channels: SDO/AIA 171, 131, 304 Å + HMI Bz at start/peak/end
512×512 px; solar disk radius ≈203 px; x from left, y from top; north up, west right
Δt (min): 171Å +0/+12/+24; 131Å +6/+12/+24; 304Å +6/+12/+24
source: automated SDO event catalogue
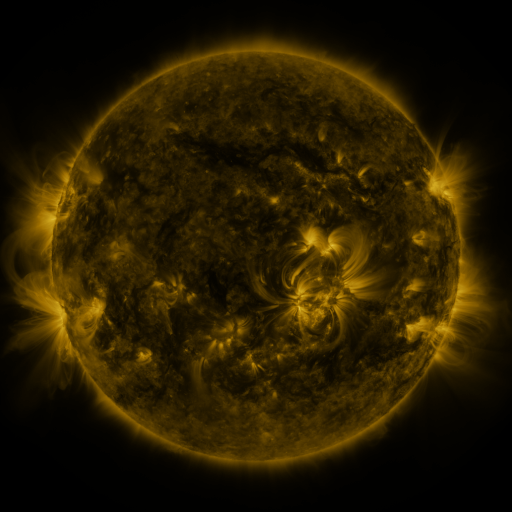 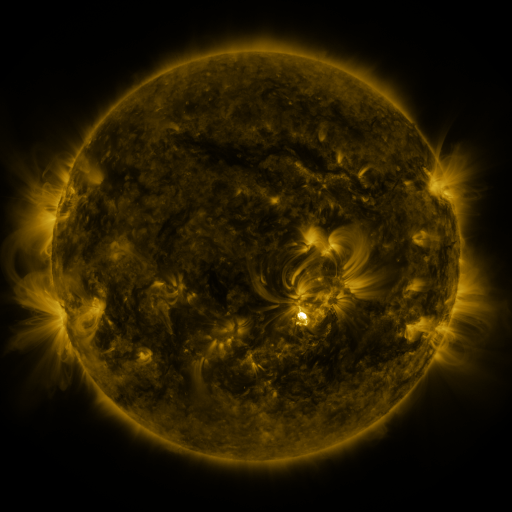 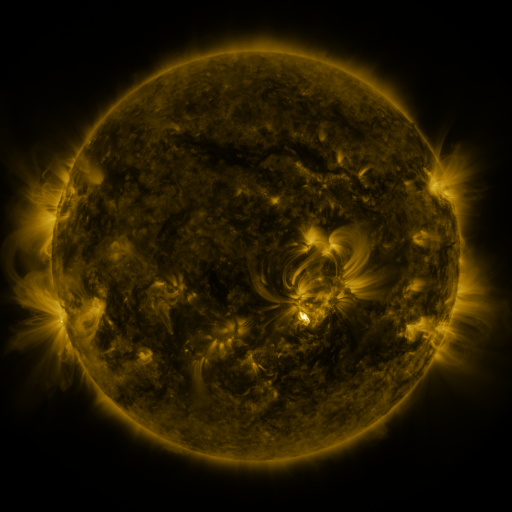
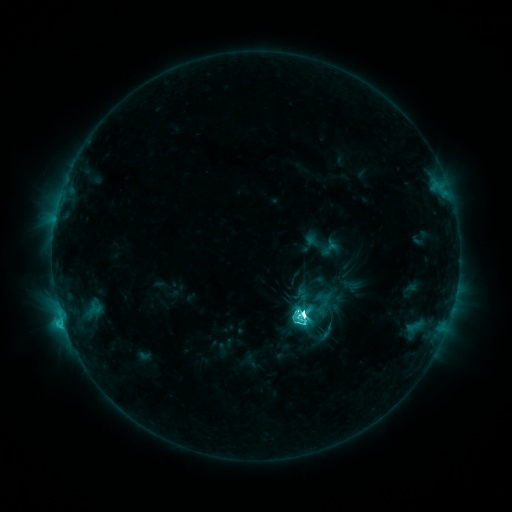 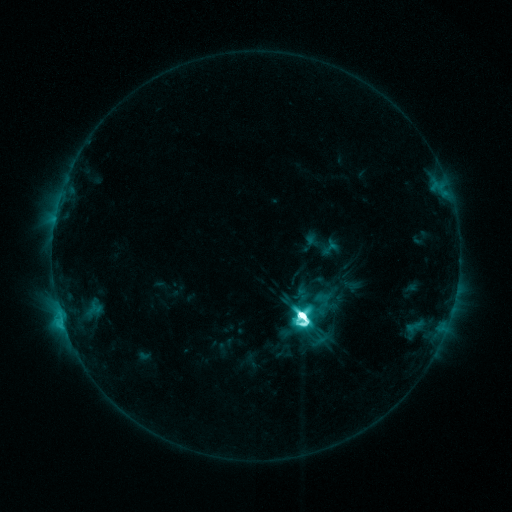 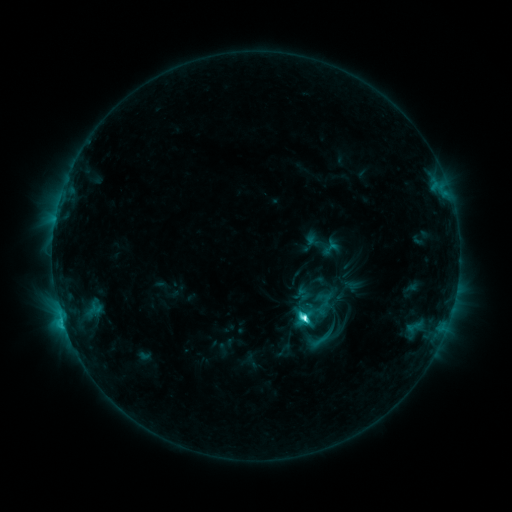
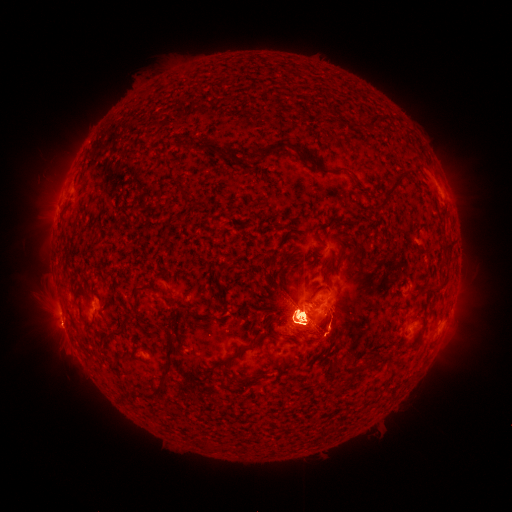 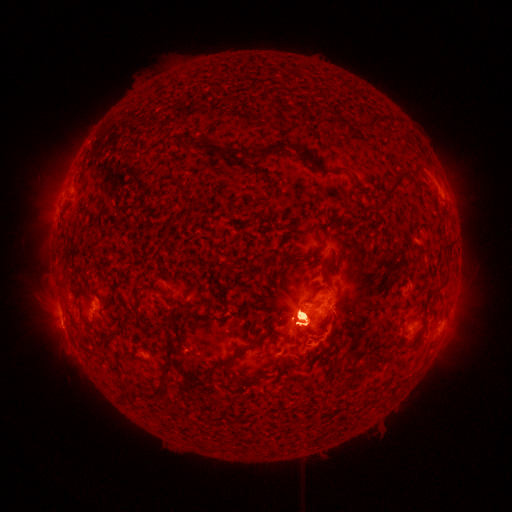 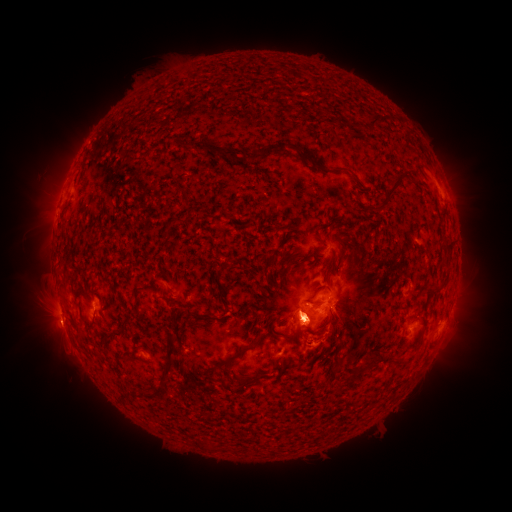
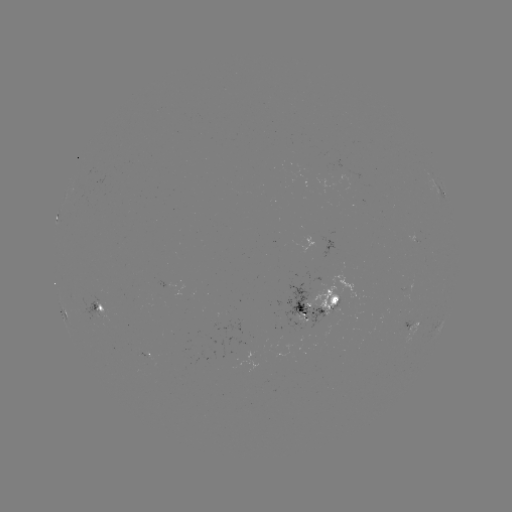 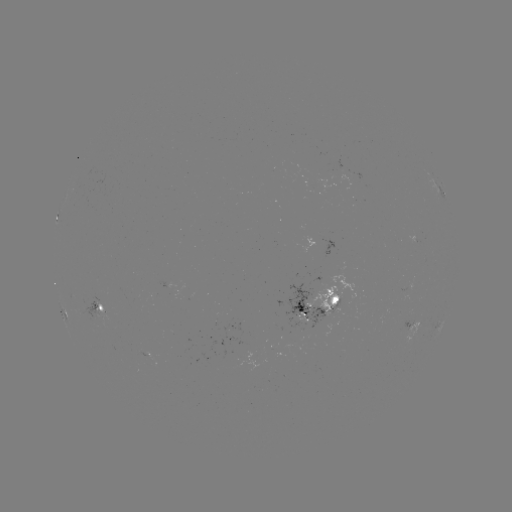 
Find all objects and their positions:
eruption: (453, 179)
